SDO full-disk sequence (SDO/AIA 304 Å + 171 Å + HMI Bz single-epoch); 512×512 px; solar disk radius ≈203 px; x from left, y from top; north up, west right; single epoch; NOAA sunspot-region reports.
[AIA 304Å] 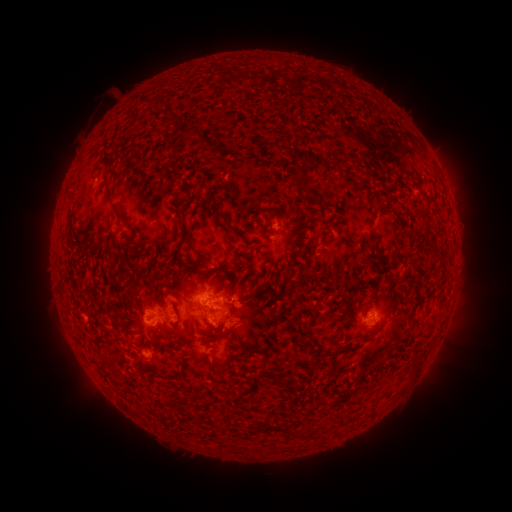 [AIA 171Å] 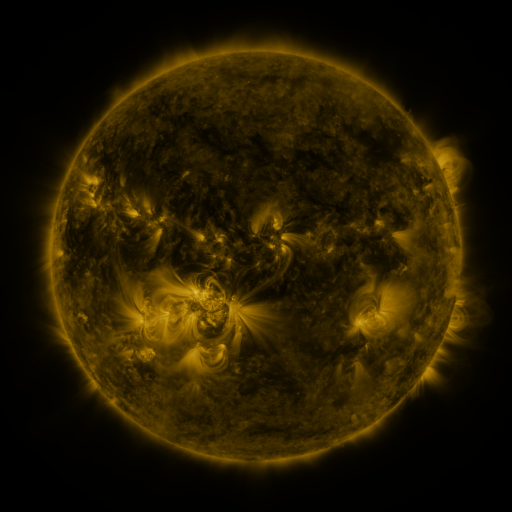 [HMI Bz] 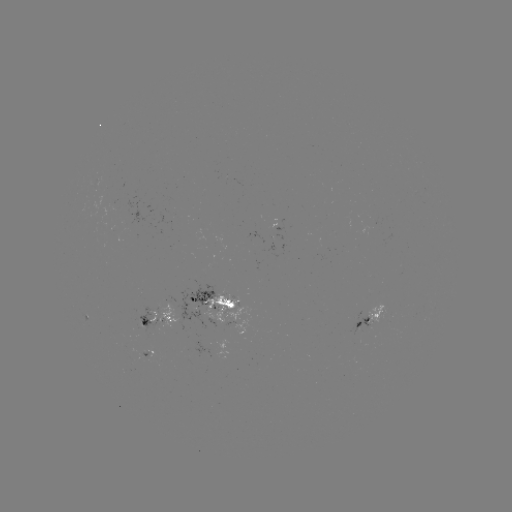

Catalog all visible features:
spotted active region: (214, 306)
spotted active region: (154, 315)
spotted active region: (371, 318)
spotted active region: (242, 320)
